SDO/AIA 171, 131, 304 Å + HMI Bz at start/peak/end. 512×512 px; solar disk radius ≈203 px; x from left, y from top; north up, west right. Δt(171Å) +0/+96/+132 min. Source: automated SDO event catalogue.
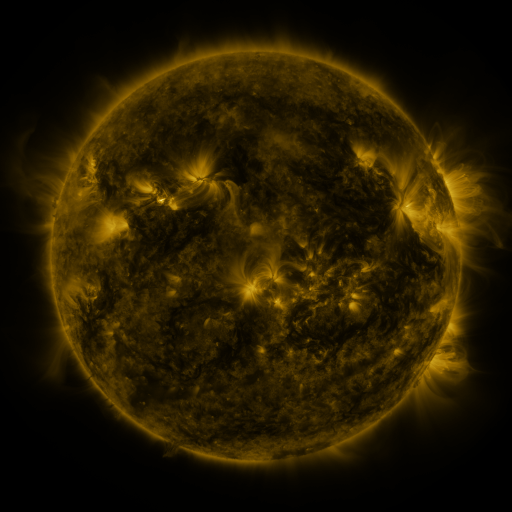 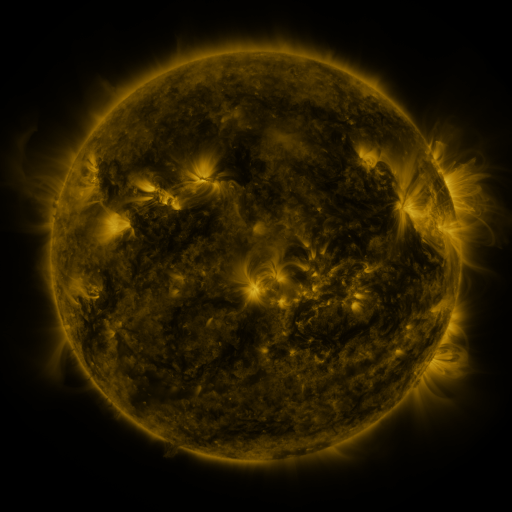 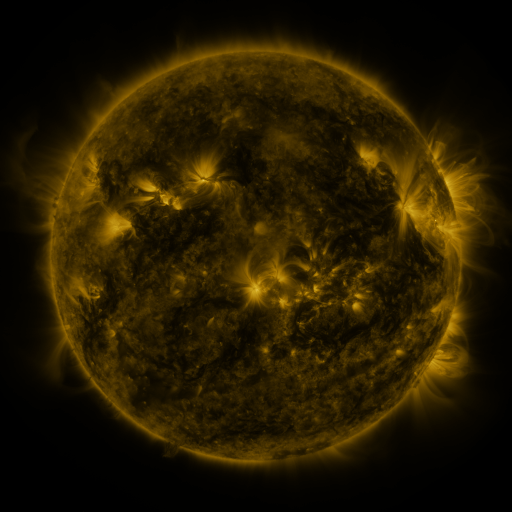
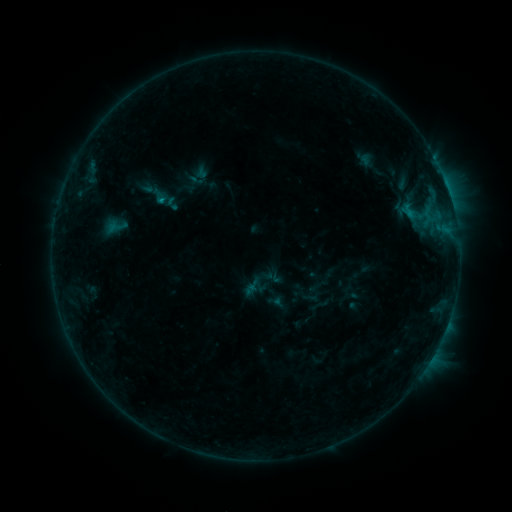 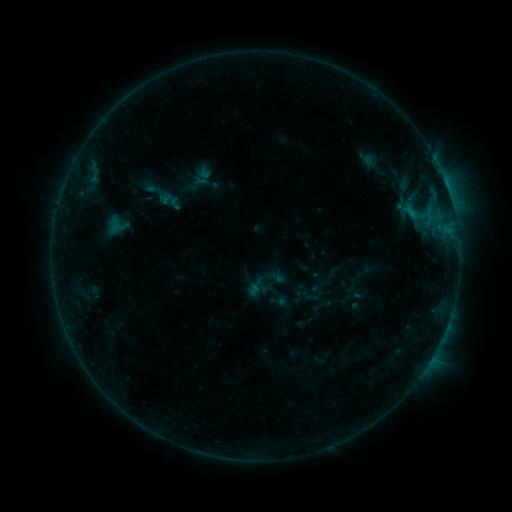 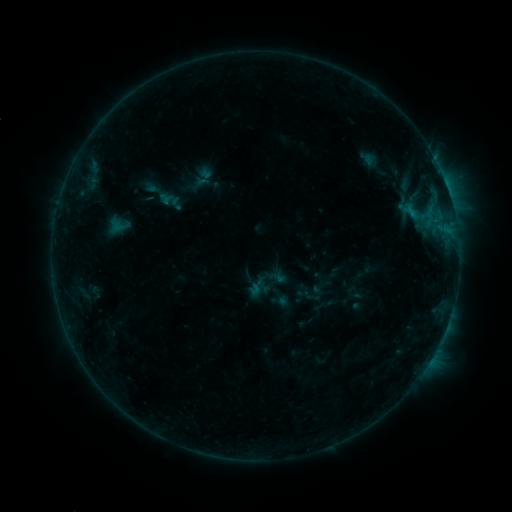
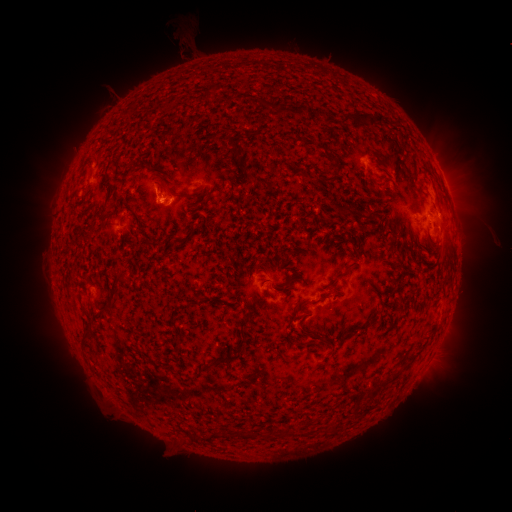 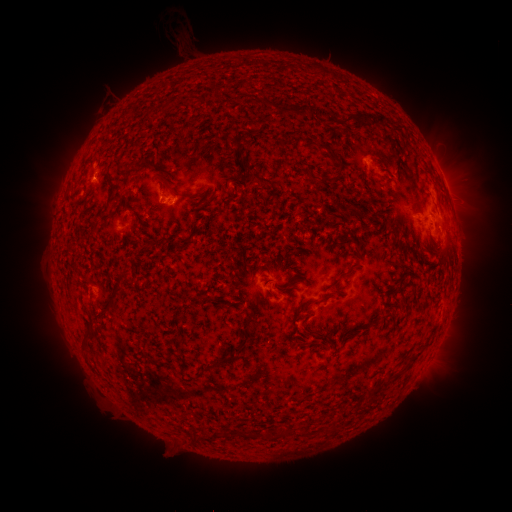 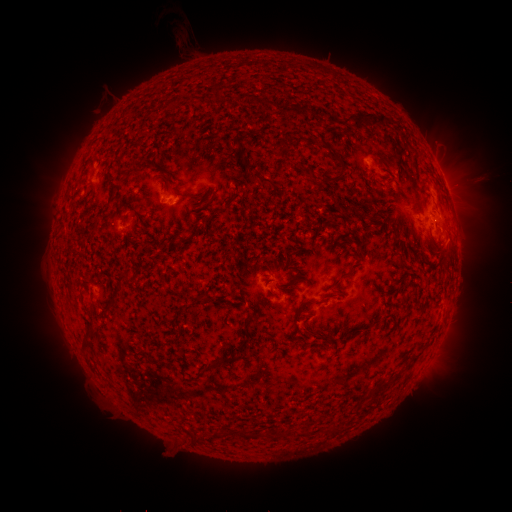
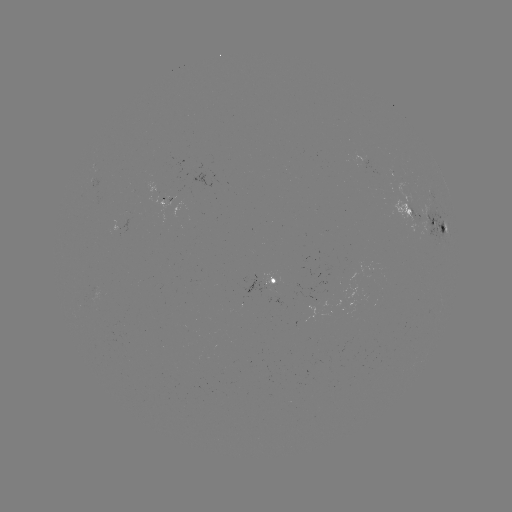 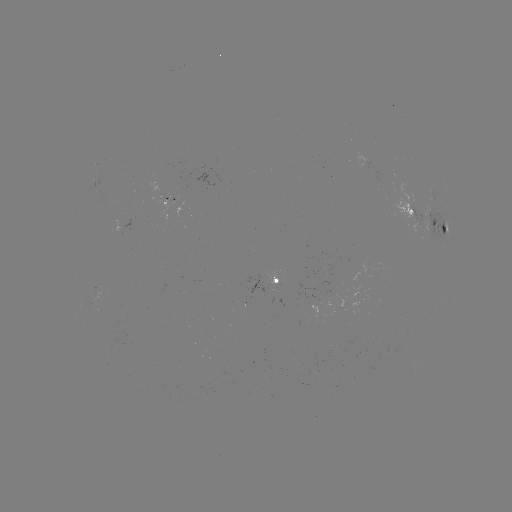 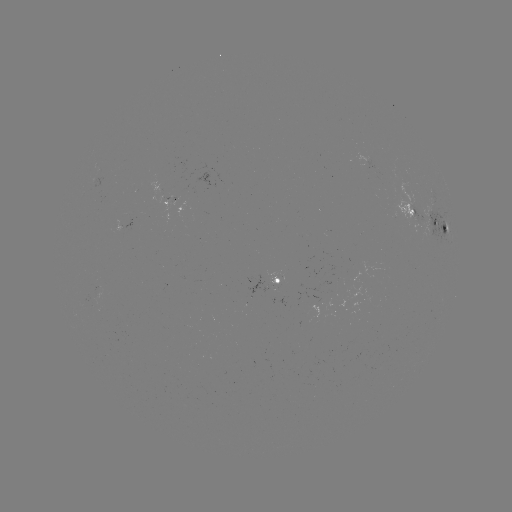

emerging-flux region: [309, 294, 321, 303]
